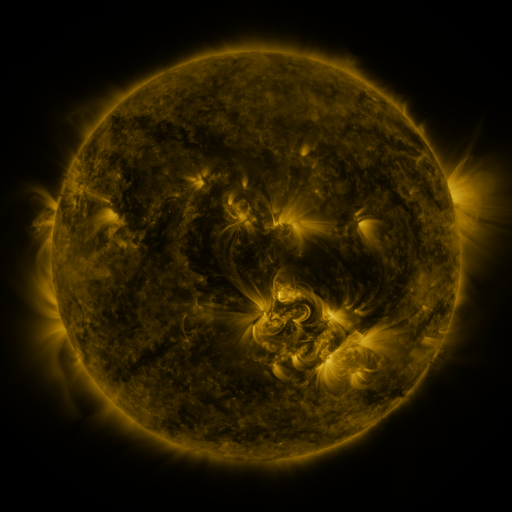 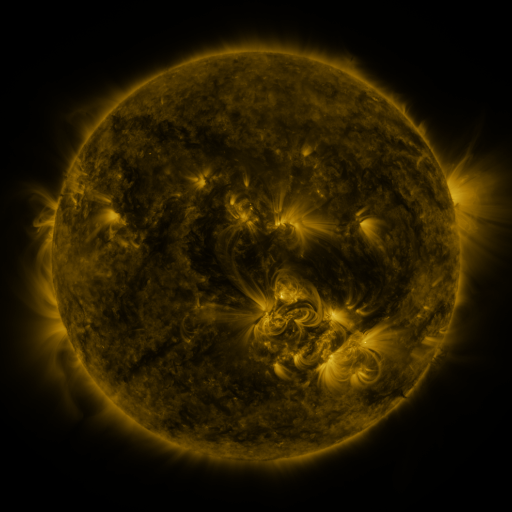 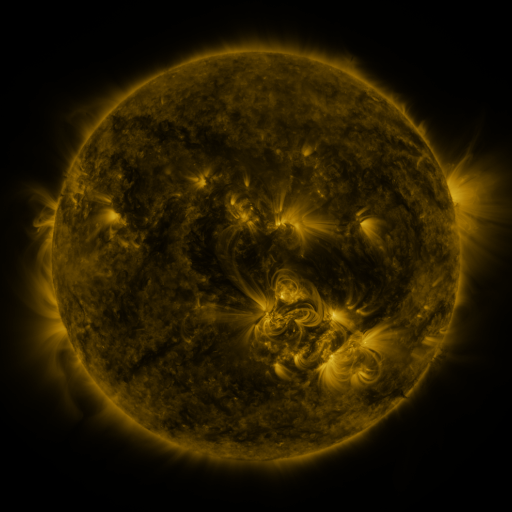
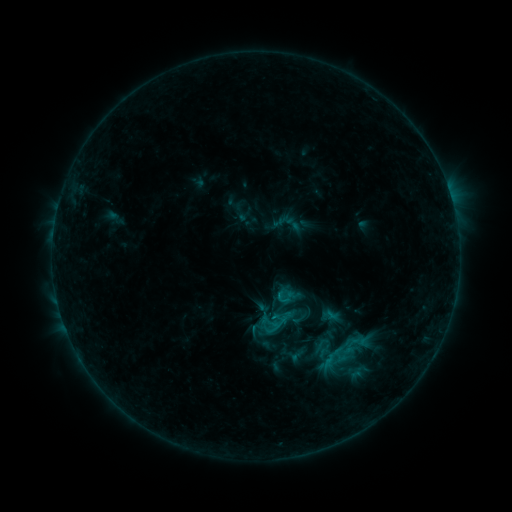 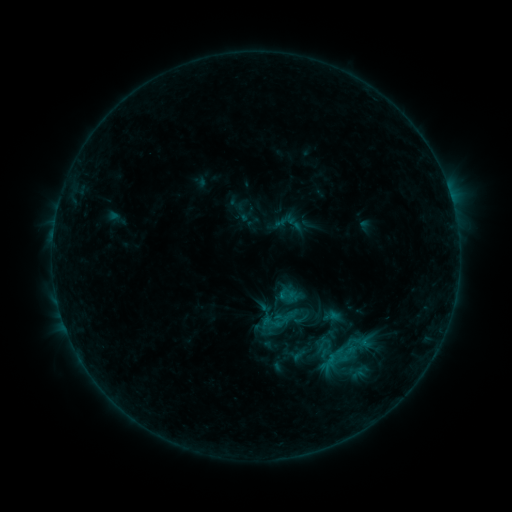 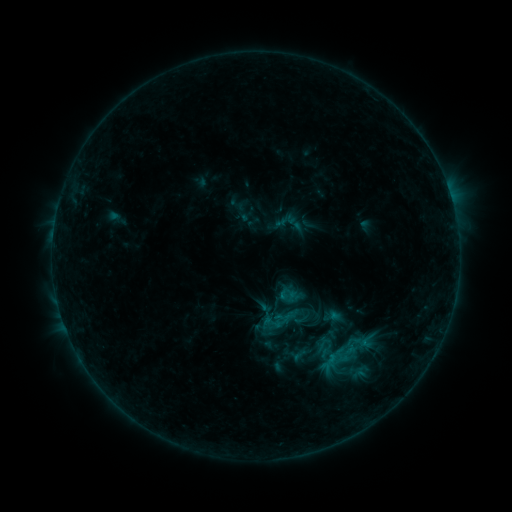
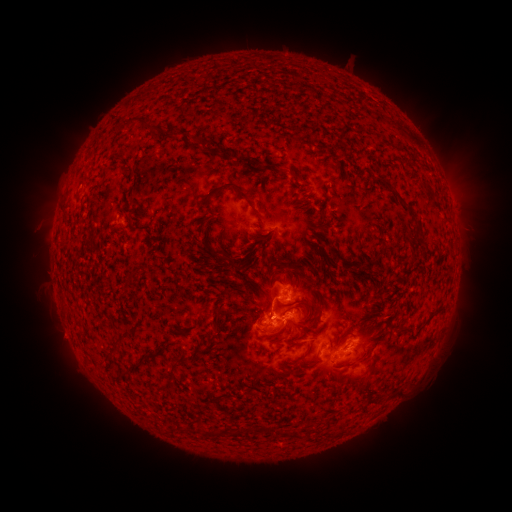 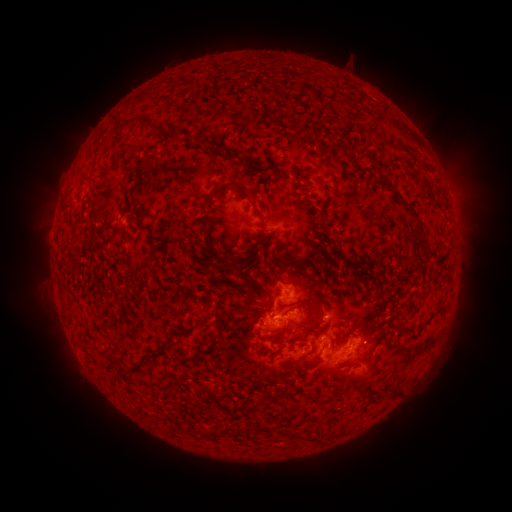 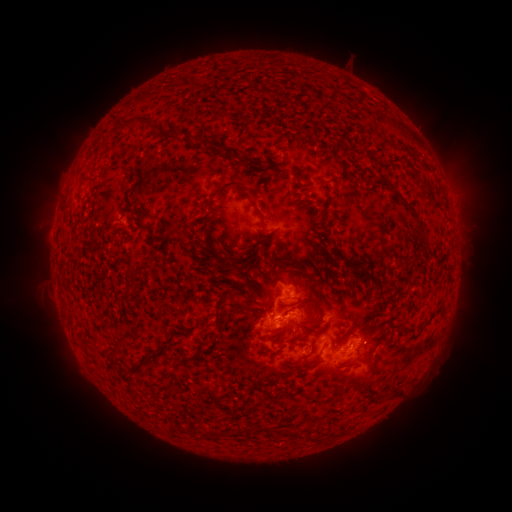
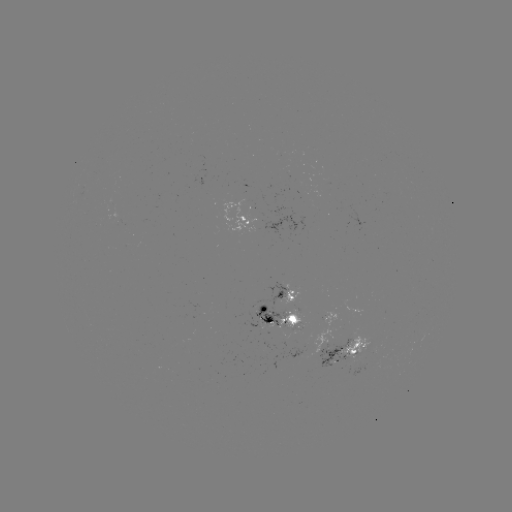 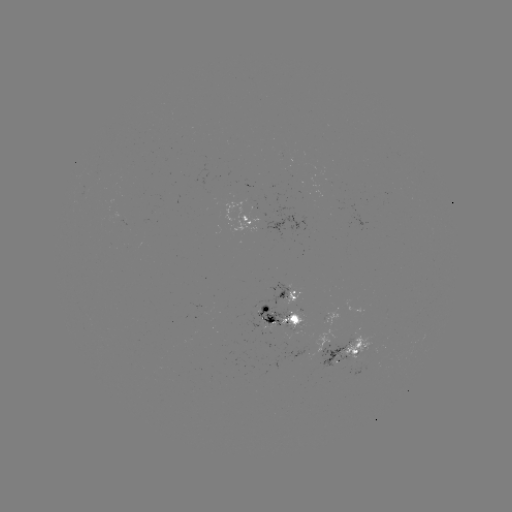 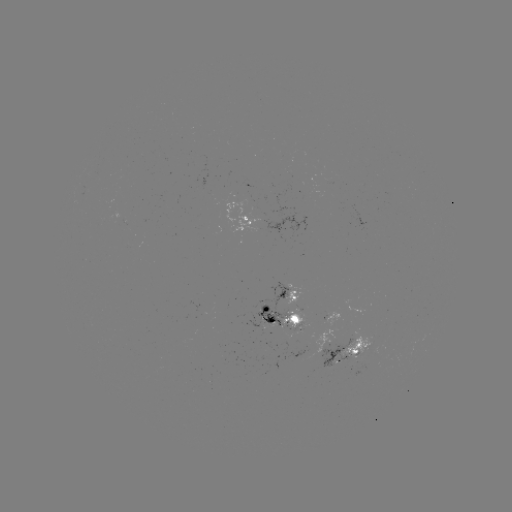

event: emerging-flux region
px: (297, 321)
